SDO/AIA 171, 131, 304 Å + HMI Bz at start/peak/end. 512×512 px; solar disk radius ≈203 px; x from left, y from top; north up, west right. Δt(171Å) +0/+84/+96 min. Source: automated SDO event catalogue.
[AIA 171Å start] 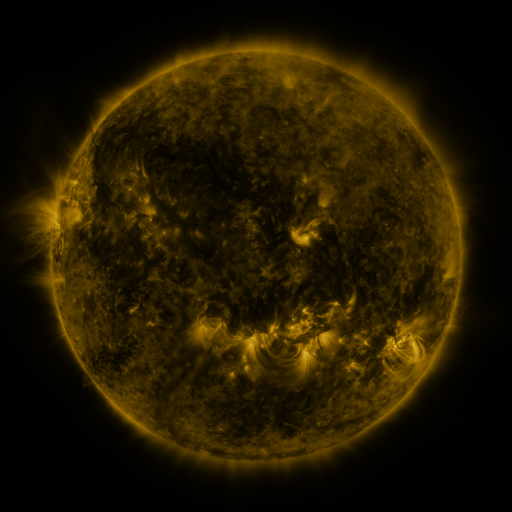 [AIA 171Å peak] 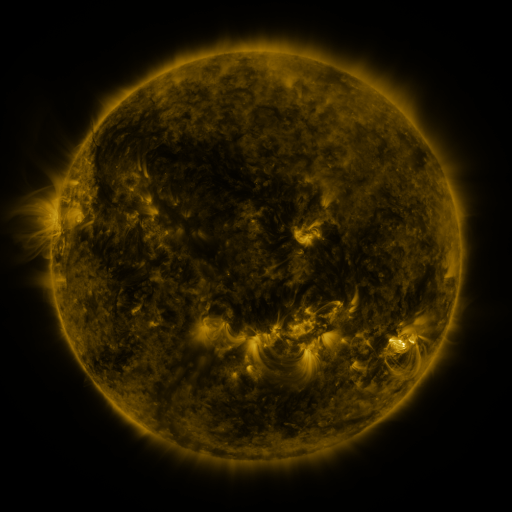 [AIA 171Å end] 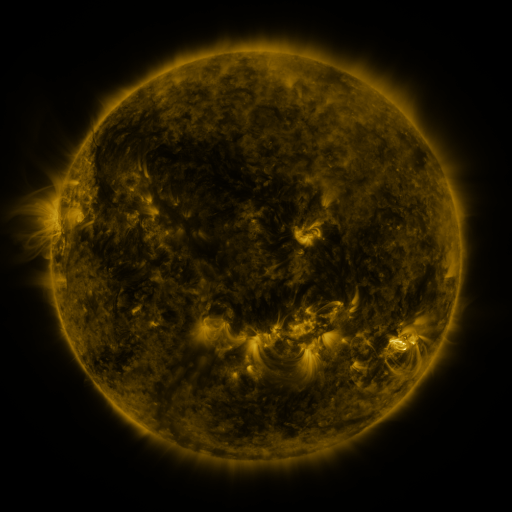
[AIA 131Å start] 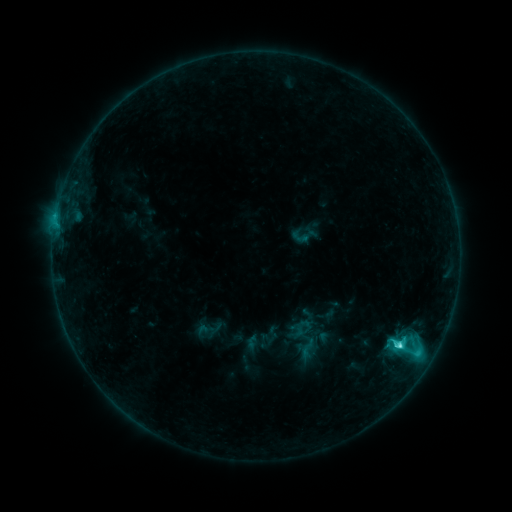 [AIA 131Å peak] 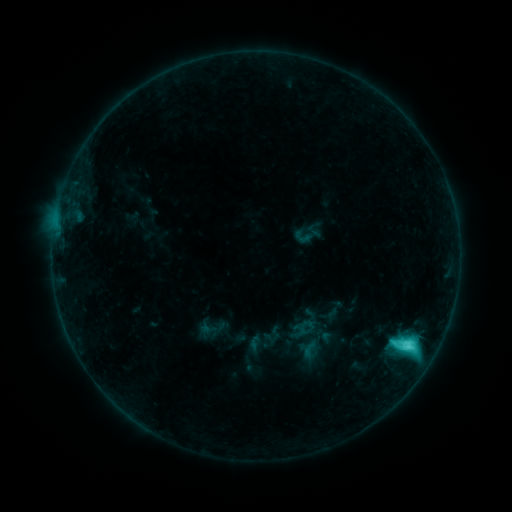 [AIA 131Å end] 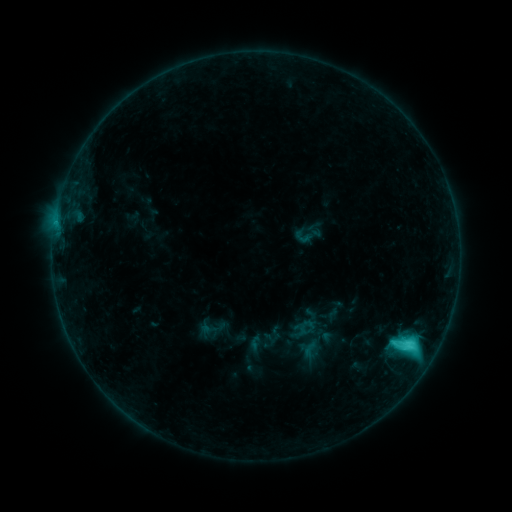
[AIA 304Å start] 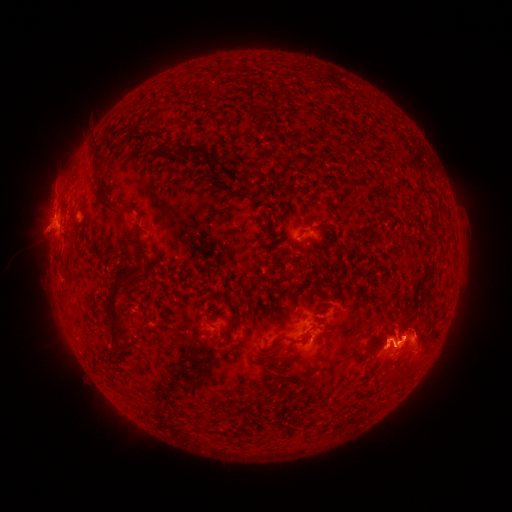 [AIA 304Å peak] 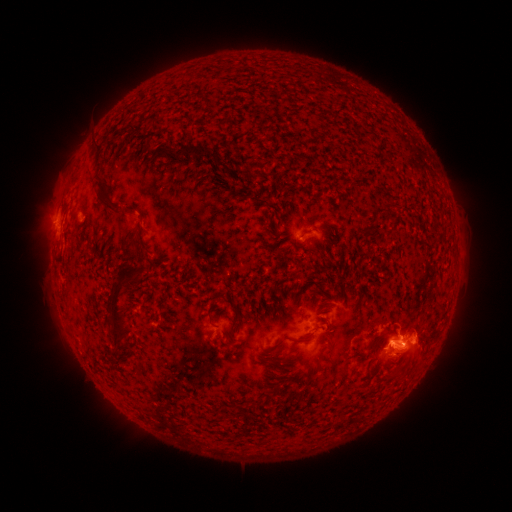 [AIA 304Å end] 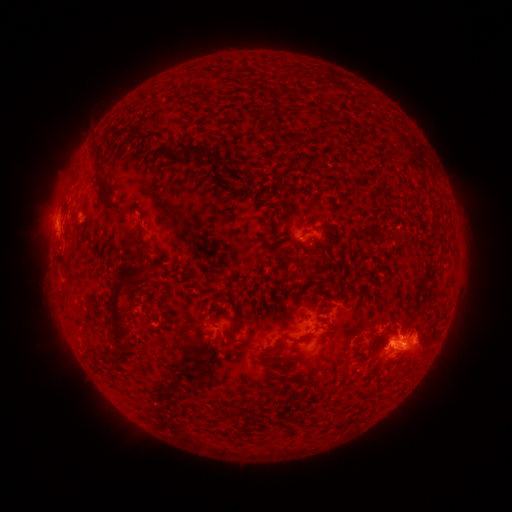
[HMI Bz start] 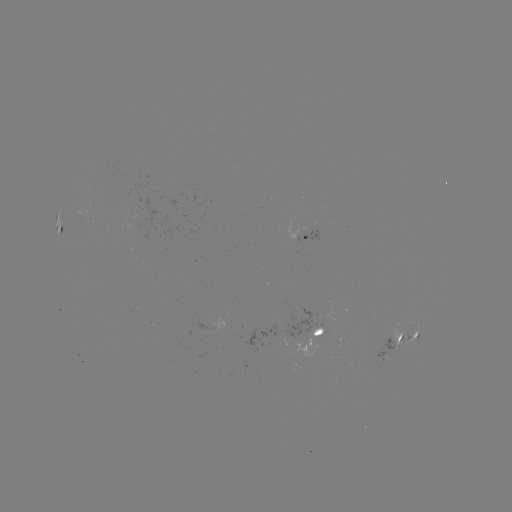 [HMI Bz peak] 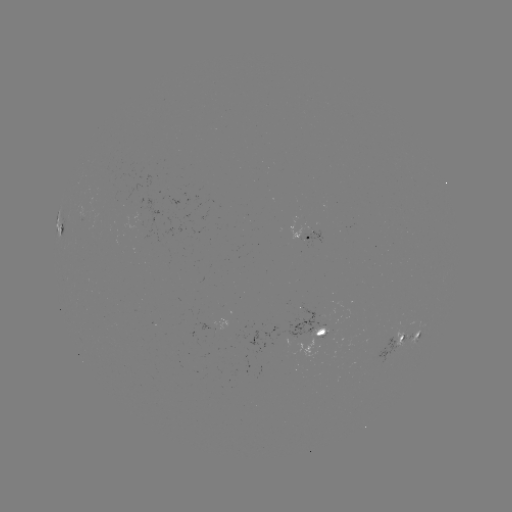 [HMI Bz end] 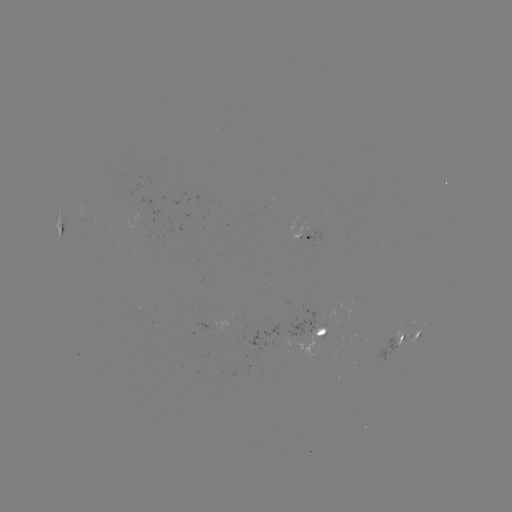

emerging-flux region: <bbox>396, 332, 411, 345</bbox>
